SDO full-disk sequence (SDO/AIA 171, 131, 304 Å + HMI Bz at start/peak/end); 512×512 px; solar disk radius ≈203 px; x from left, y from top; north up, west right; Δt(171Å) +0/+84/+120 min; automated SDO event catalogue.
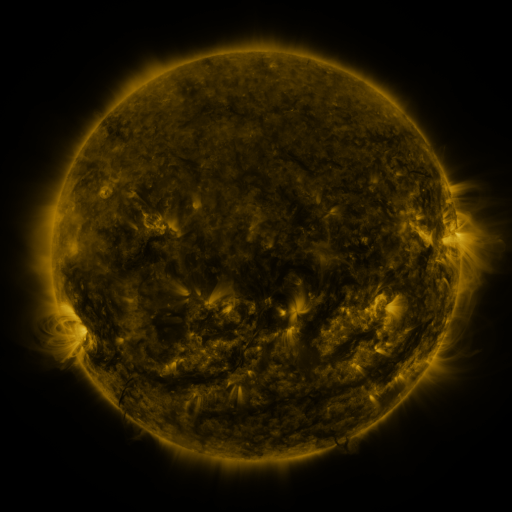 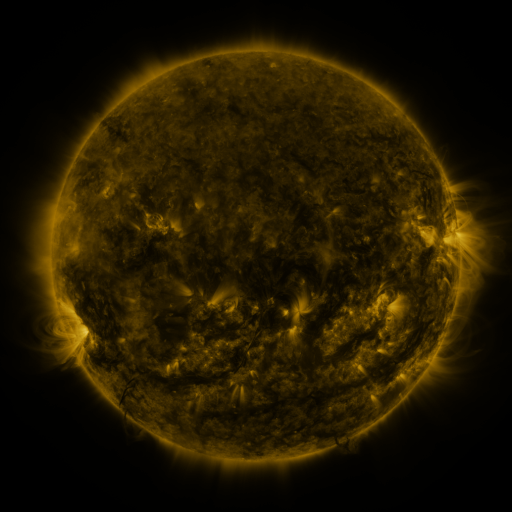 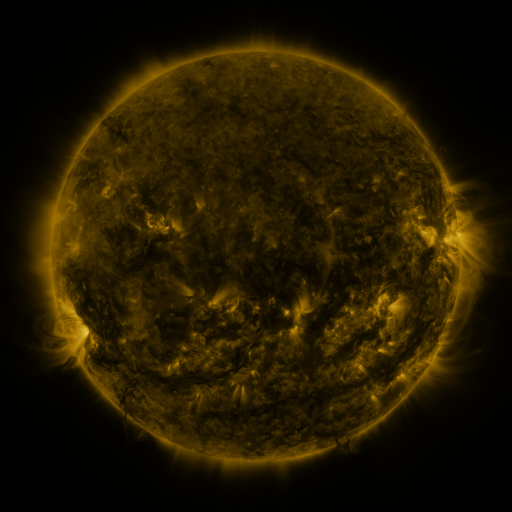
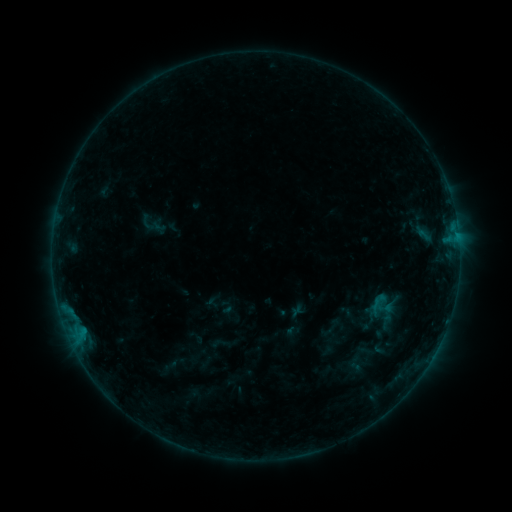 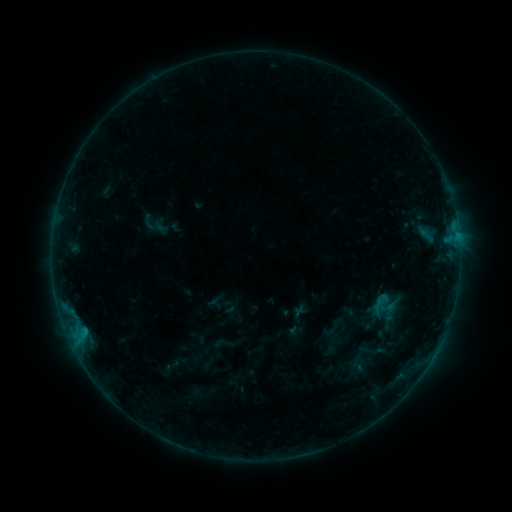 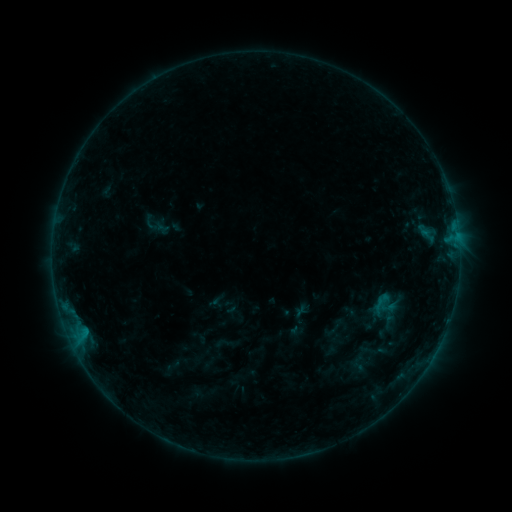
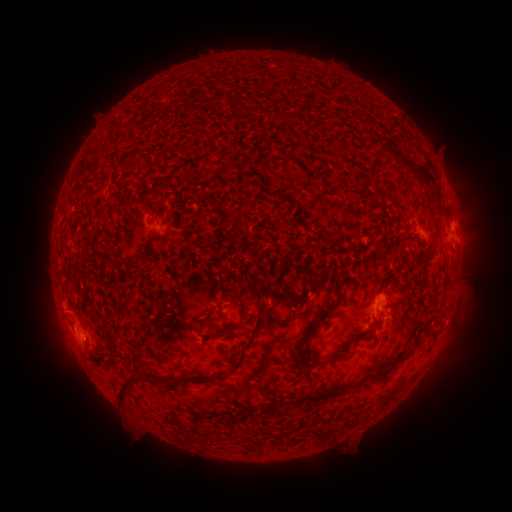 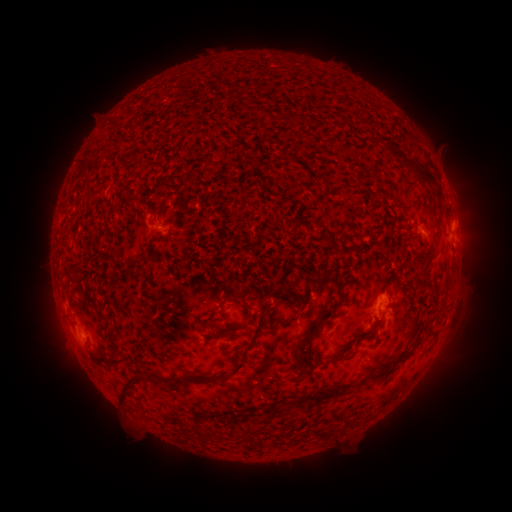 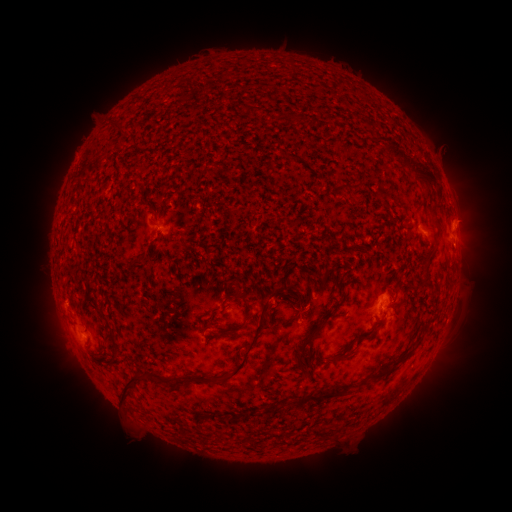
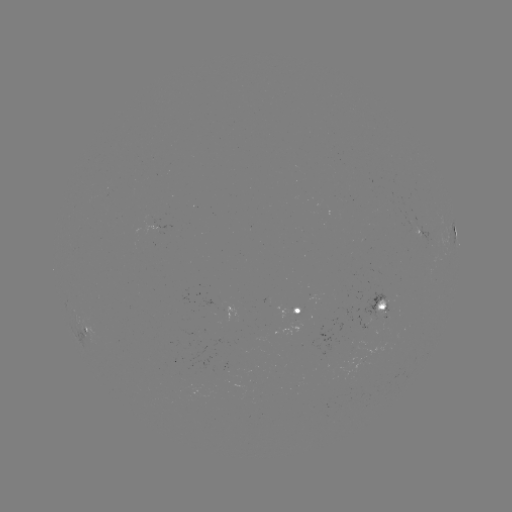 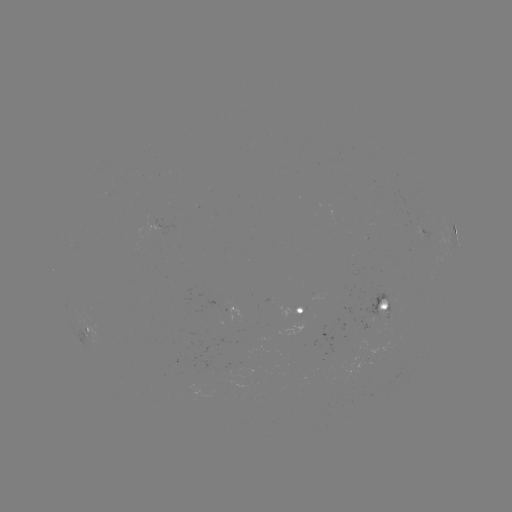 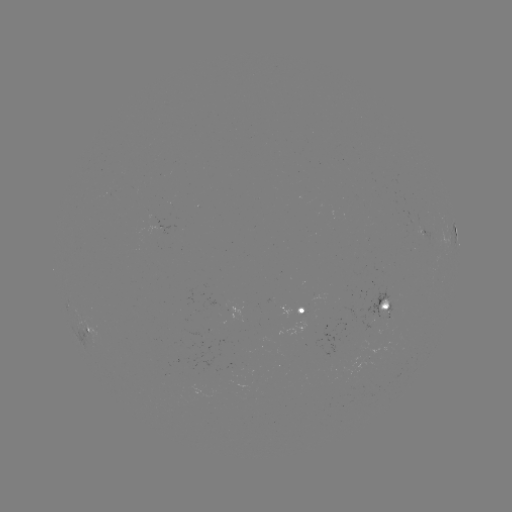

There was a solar emerging-flux region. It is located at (383, 302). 